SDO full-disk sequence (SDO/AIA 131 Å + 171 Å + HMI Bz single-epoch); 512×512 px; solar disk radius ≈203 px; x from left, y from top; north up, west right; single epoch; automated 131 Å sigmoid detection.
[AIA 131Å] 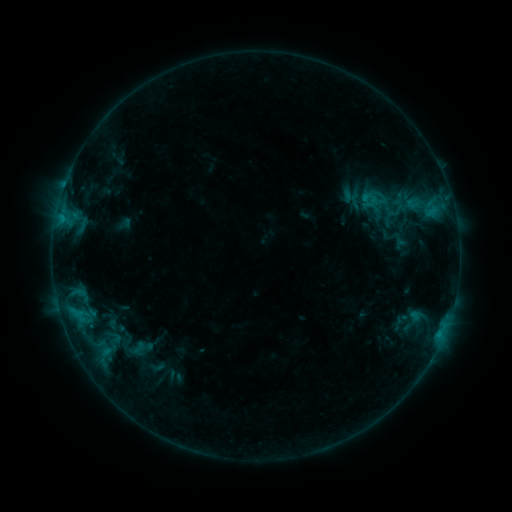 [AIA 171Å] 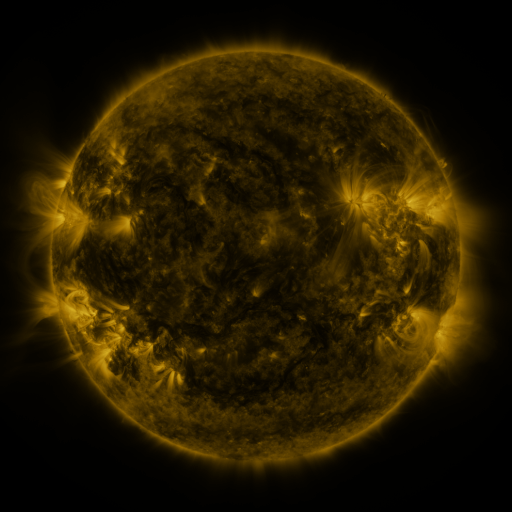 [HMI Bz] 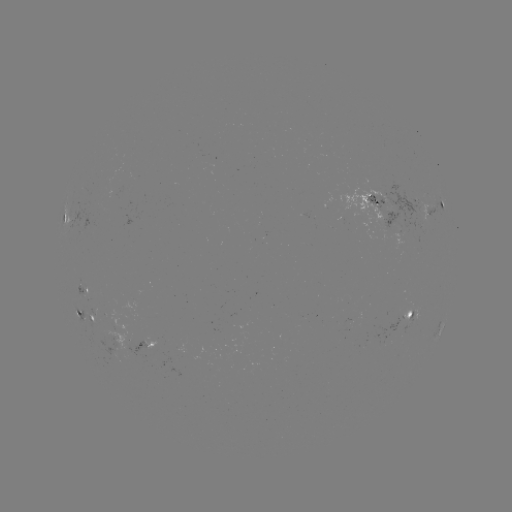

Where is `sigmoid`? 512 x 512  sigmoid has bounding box [384, 222, 413, 247].